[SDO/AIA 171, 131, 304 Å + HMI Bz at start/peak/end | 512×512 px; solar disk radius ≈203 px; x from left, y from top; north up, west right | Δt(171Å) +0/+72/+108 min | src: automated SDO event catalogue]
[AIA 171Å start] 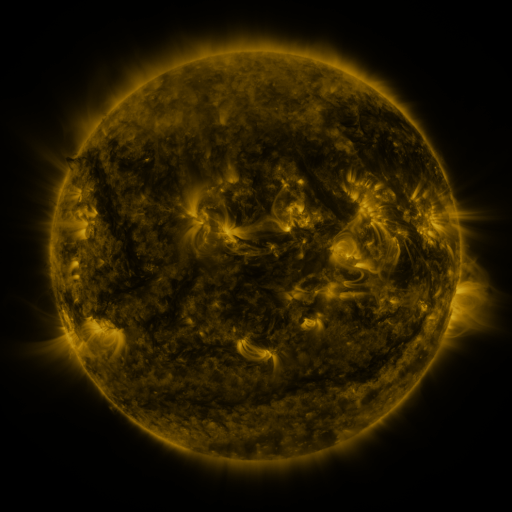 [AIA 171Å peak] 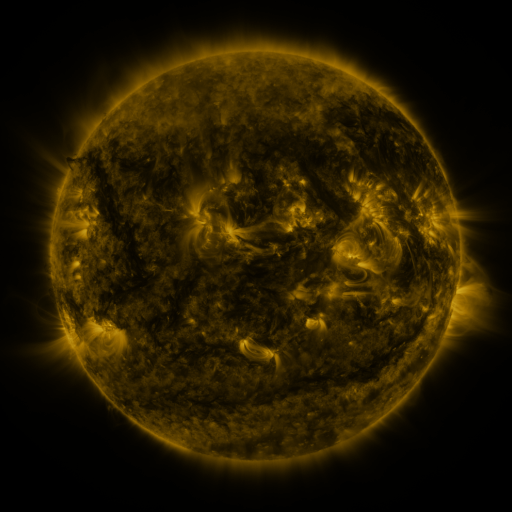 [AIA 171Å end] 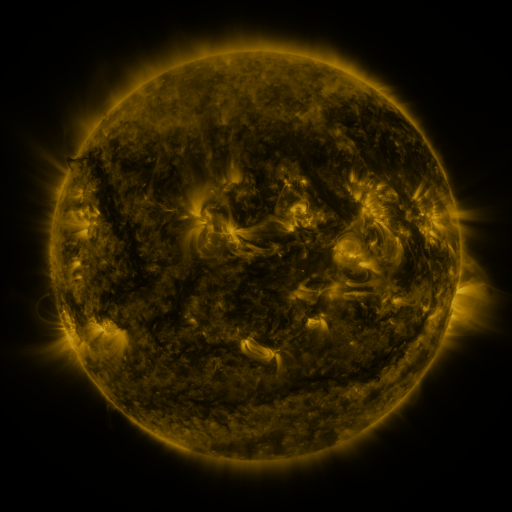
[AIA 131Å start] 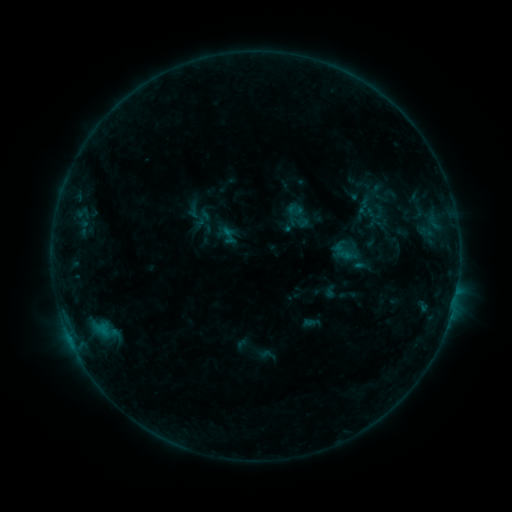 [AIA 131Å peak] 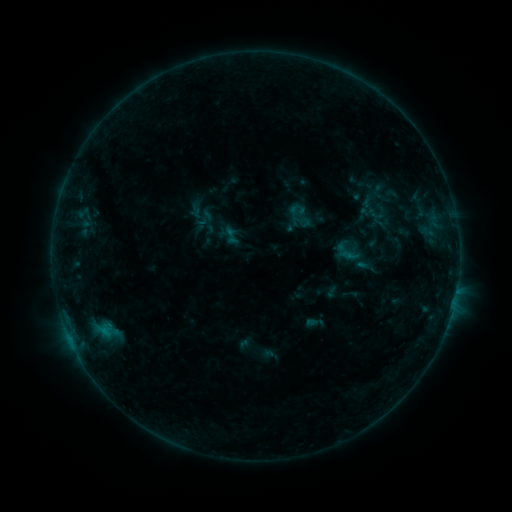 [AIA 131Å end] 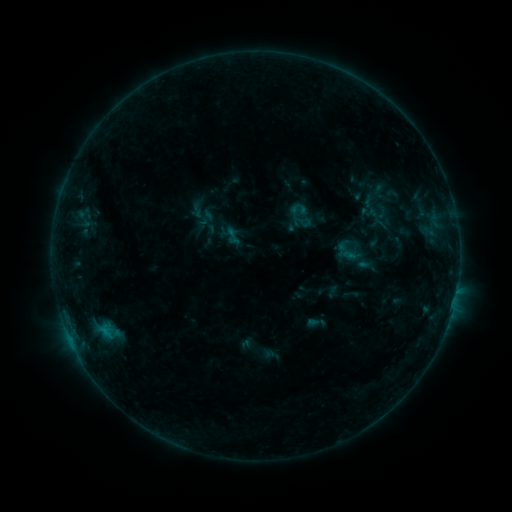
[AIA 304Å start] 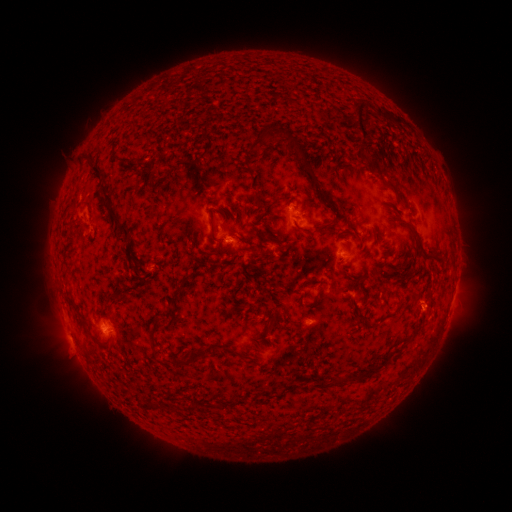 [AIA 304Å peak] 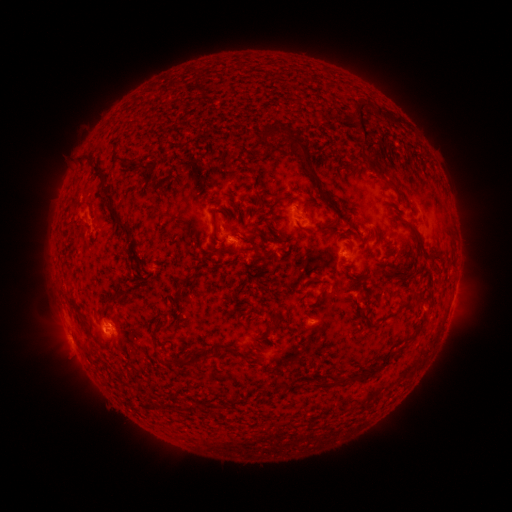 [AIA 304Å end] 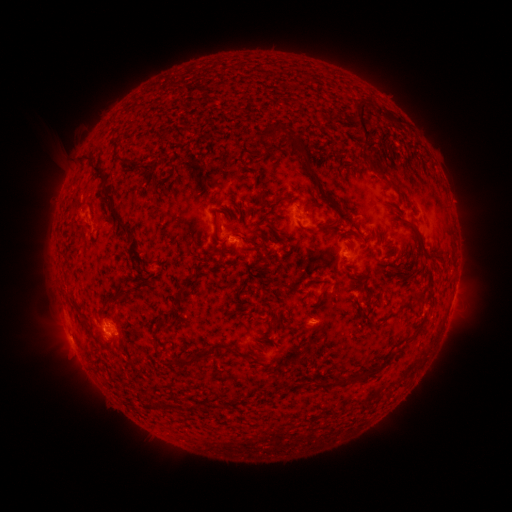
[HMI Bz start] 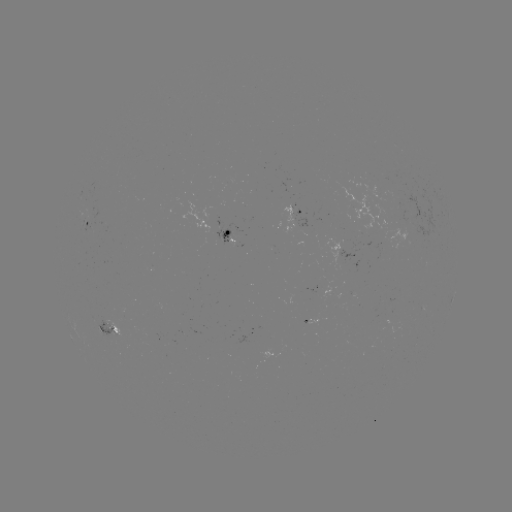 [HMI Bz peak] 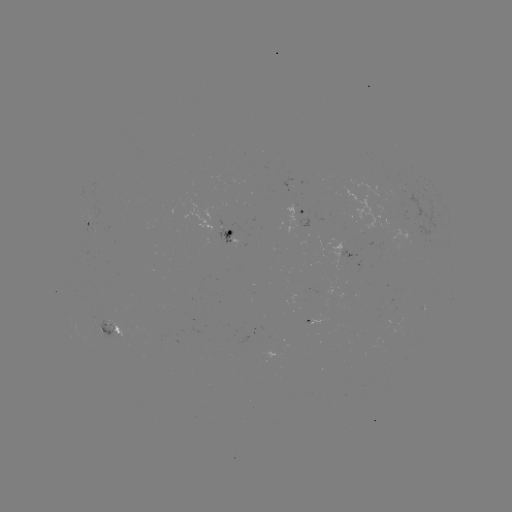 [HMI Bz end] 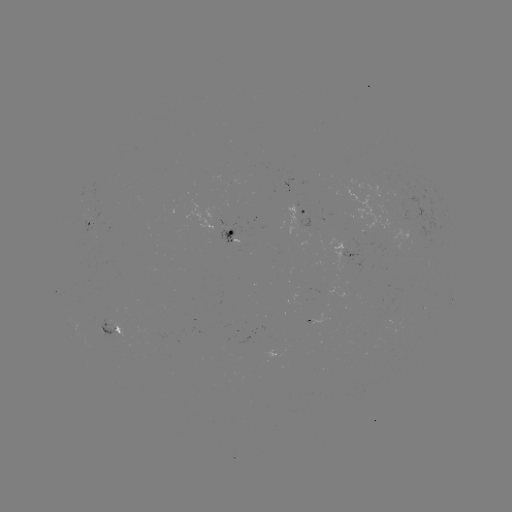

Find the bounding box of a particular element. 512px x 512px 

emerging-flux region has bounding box [378, 230, 412, 247].